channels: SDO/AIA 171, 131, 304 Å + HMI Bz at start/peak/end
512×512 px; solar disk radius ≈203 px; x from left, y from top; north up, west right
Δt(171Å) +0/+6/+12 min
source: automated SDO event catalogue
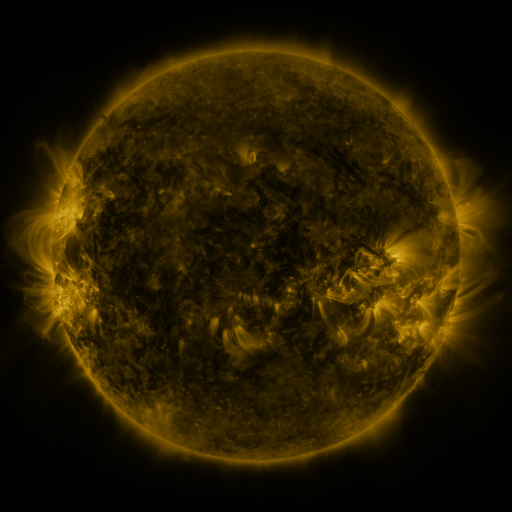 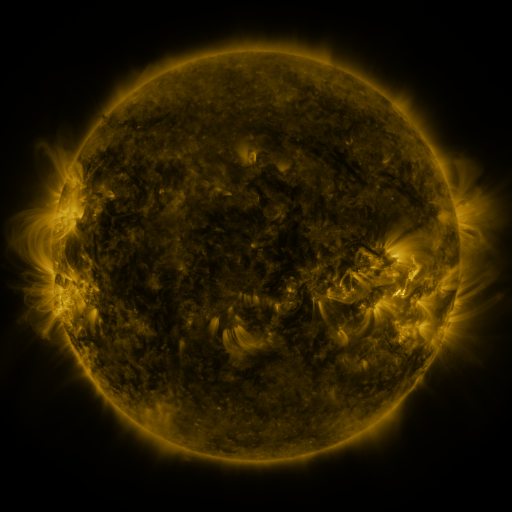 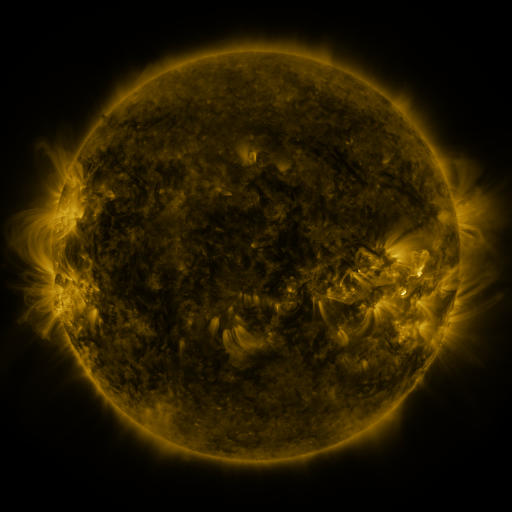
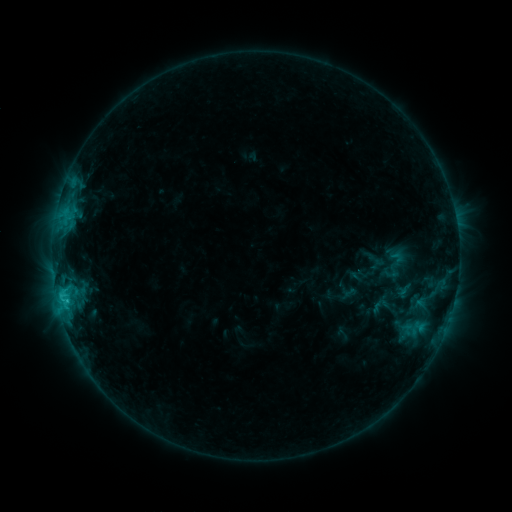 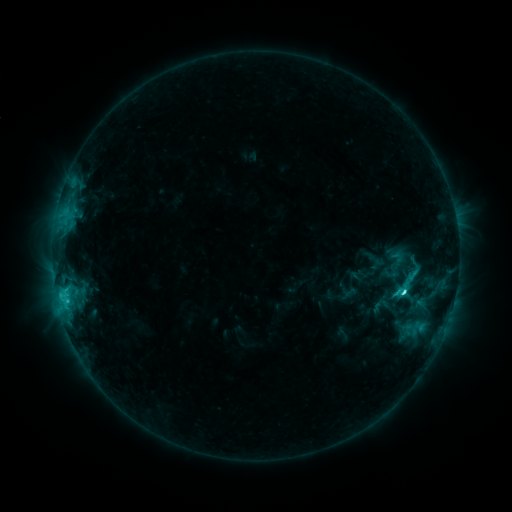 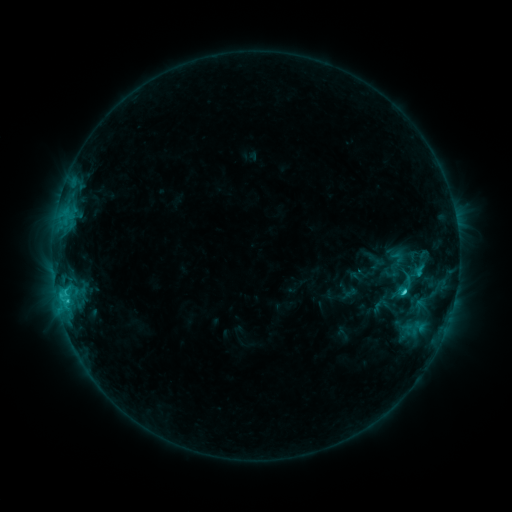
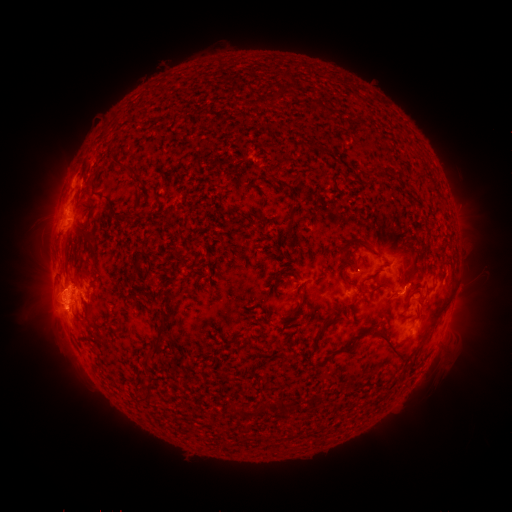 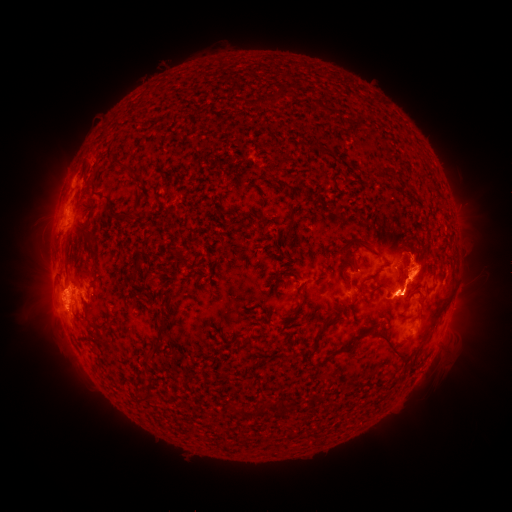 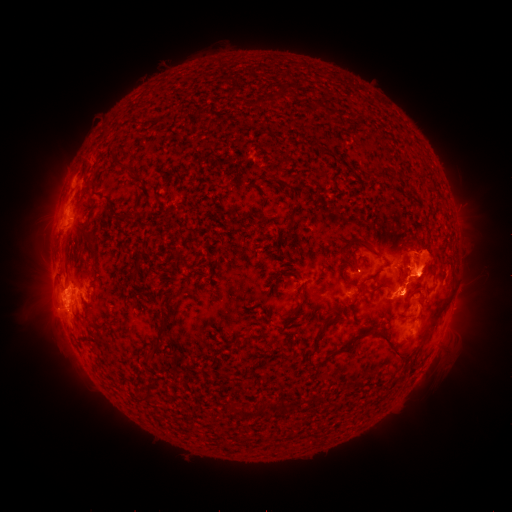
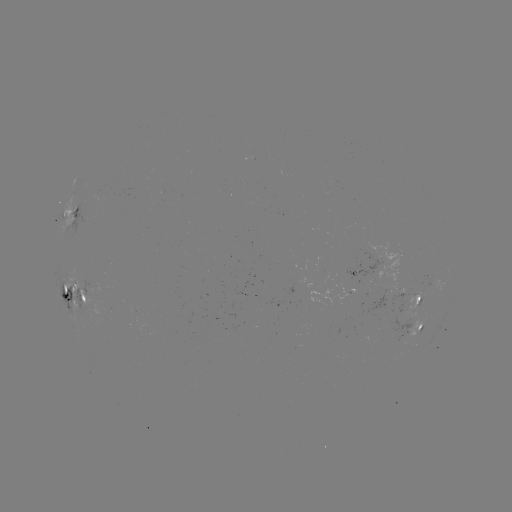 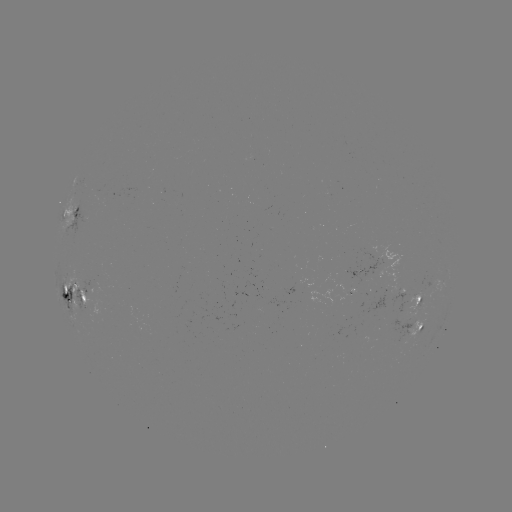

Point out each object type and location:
C4.1 flare: (402, 291)
